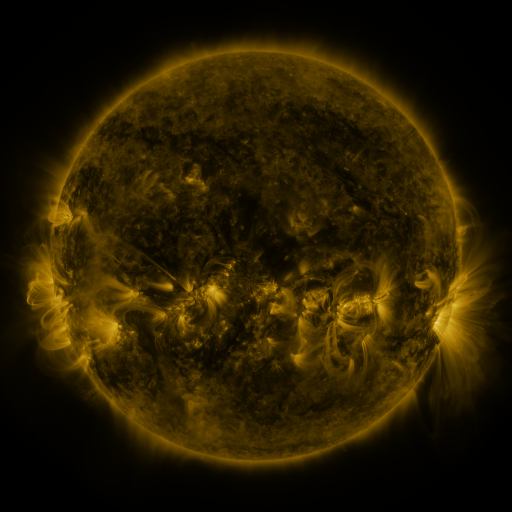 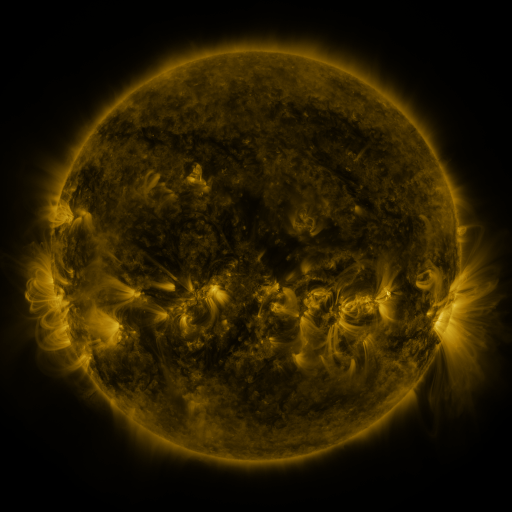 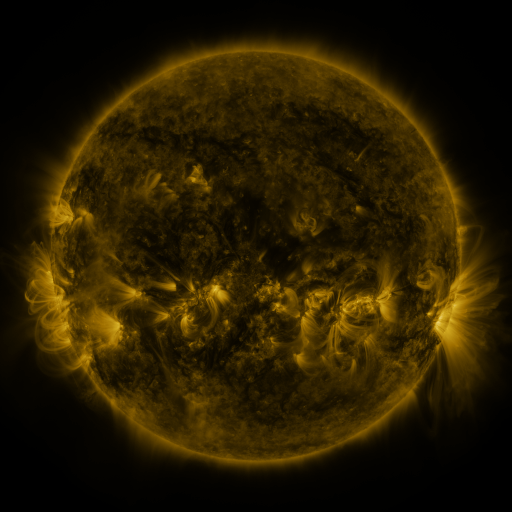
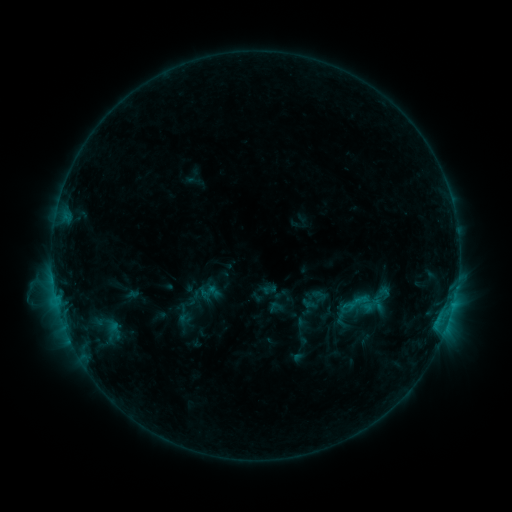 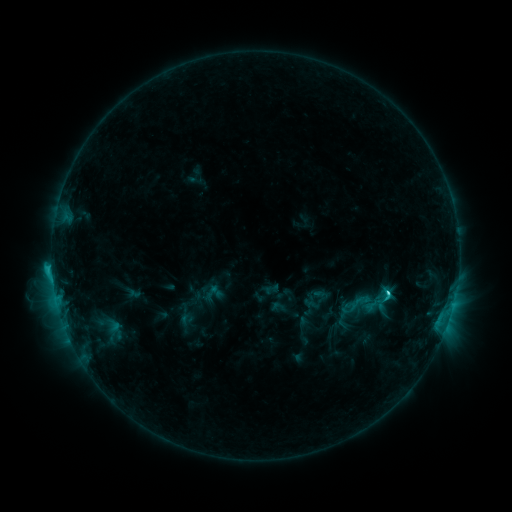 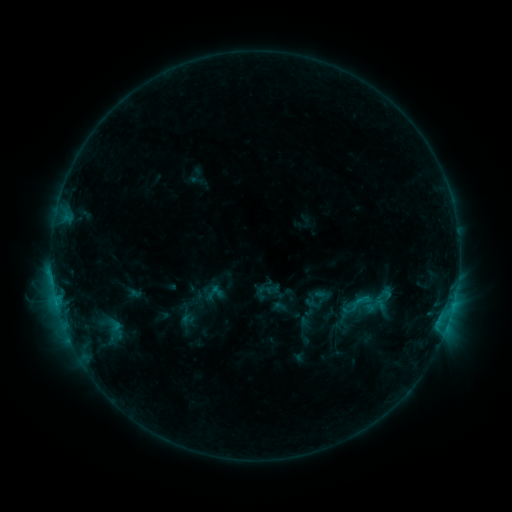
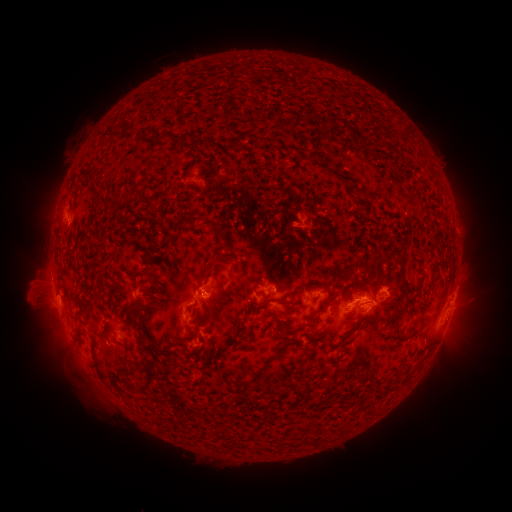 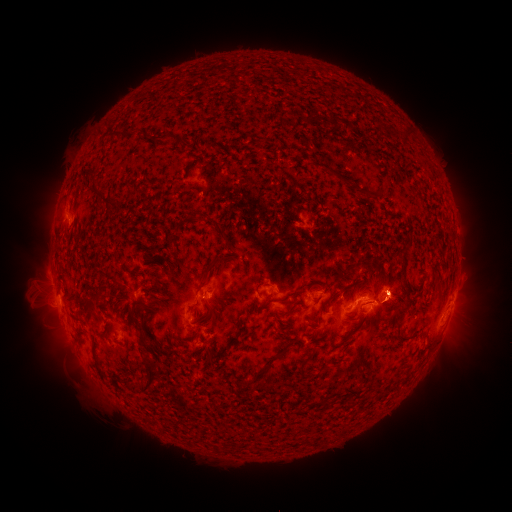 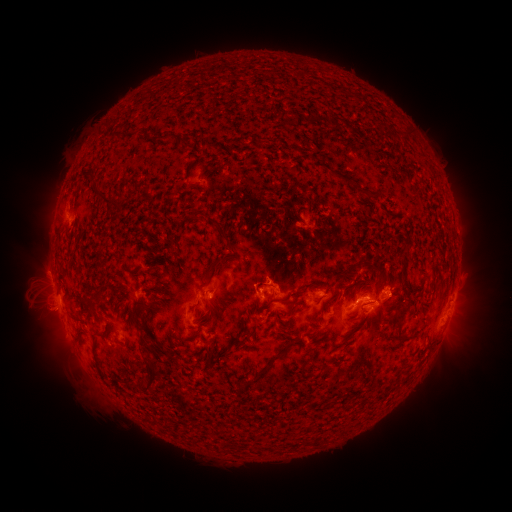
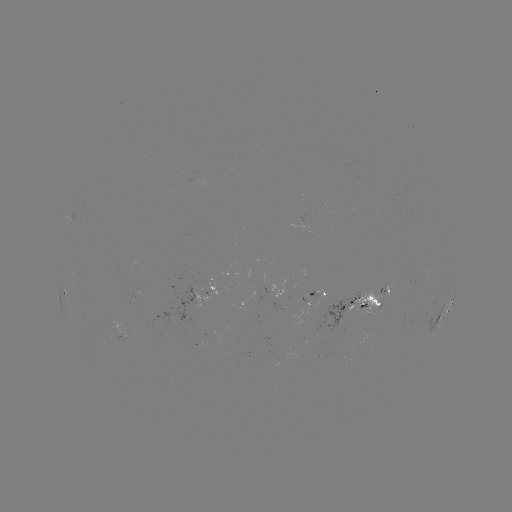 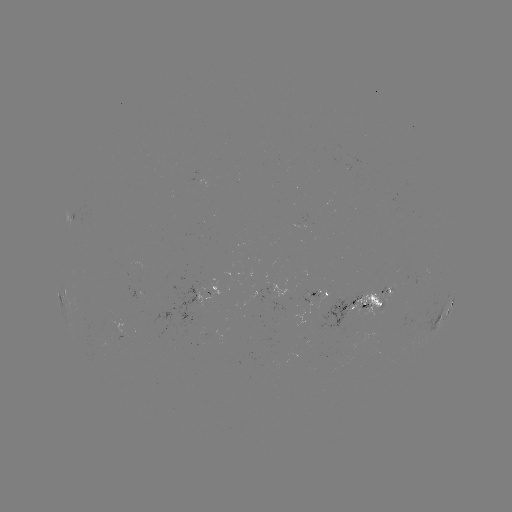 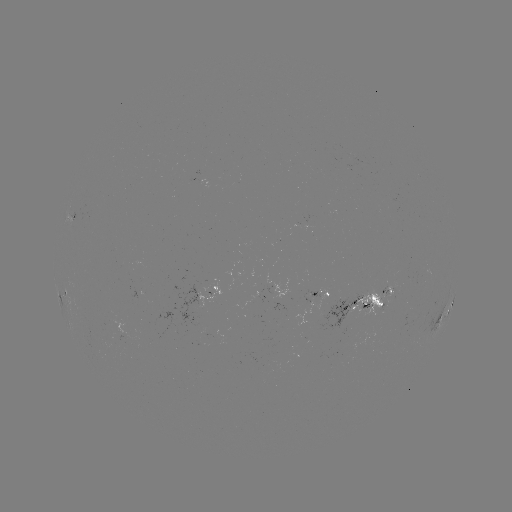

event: emerging-flux region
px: (349, 337)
